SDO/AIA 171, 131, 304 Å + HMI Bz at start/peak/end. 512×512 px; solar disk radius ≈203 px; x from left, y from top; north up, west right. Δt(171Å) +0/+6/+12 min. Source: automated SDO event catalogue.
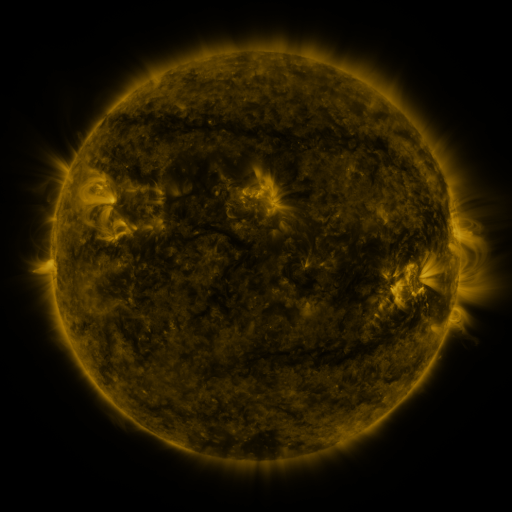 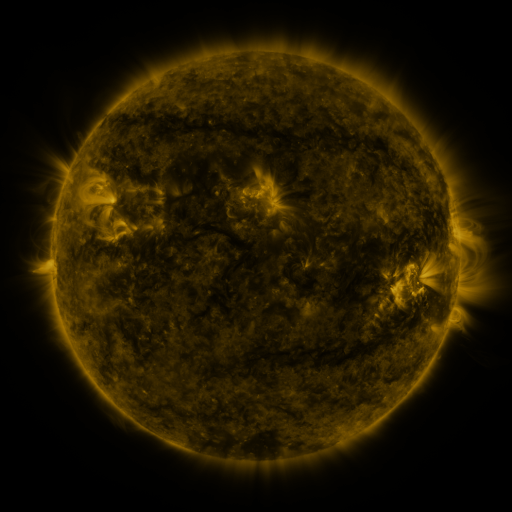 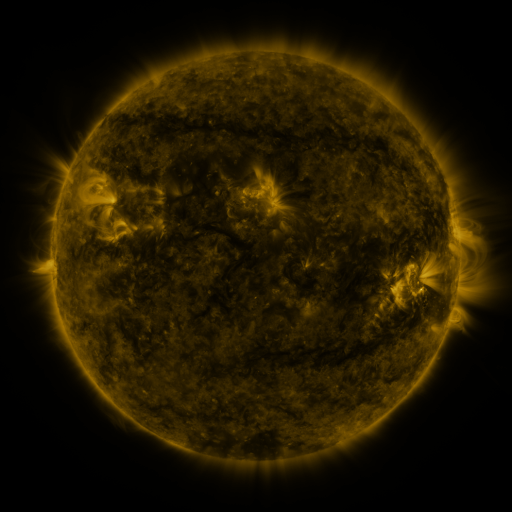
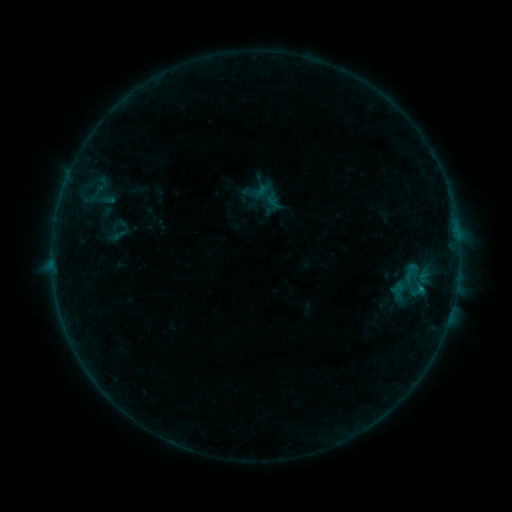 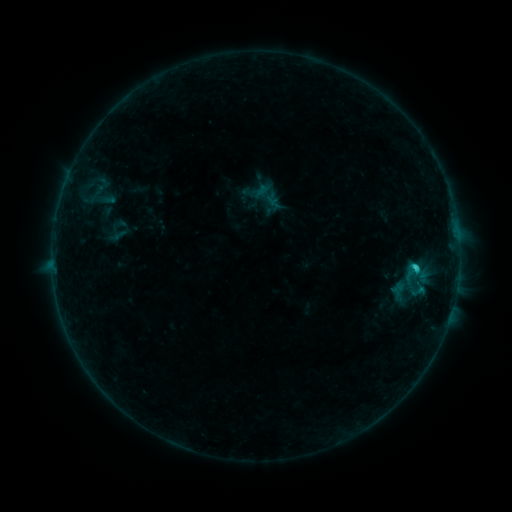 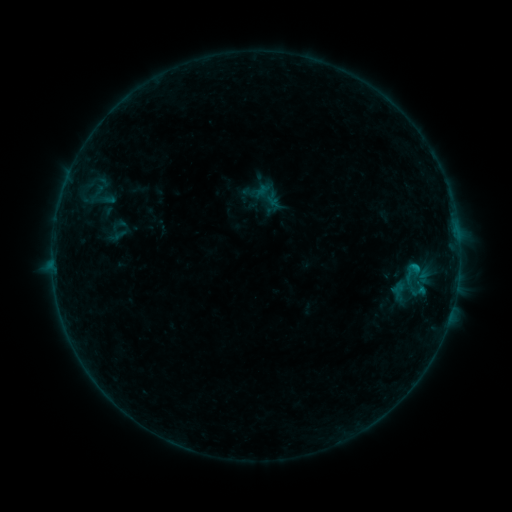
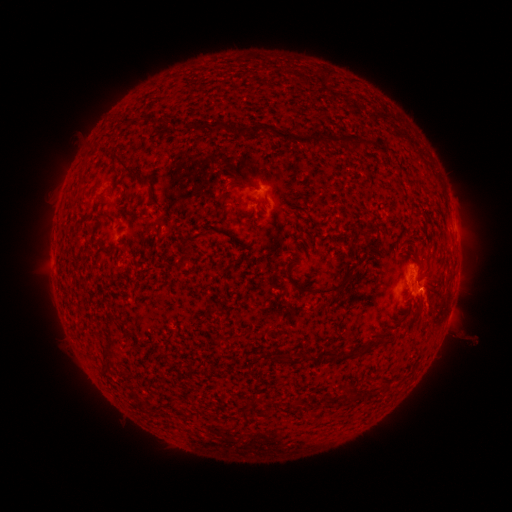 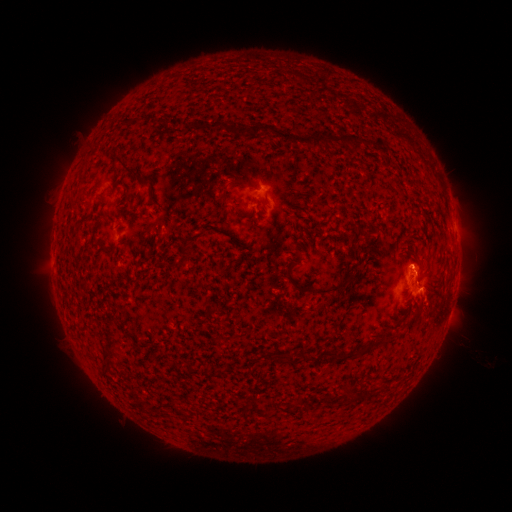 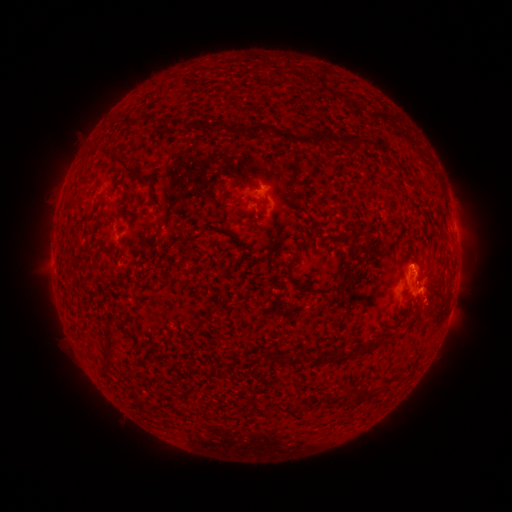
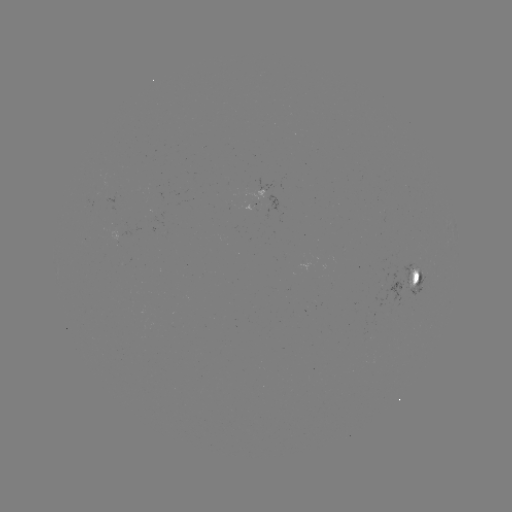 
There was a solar flare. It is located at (413, 266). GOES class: B9.6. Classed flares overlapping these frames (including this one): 1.